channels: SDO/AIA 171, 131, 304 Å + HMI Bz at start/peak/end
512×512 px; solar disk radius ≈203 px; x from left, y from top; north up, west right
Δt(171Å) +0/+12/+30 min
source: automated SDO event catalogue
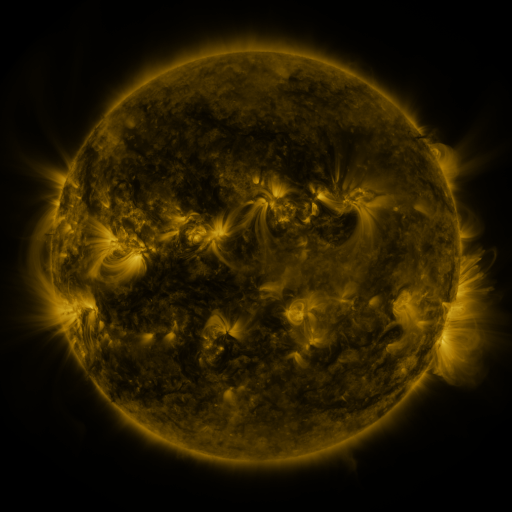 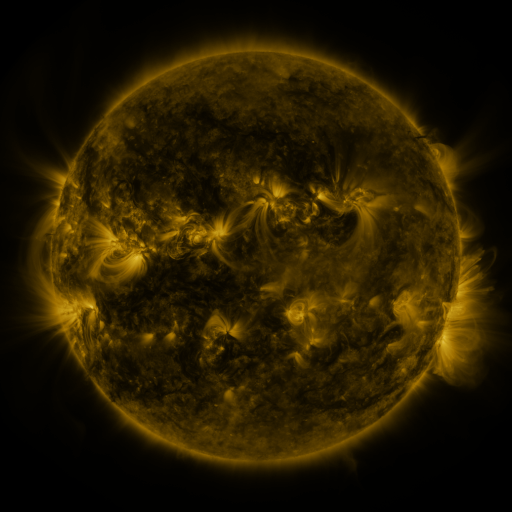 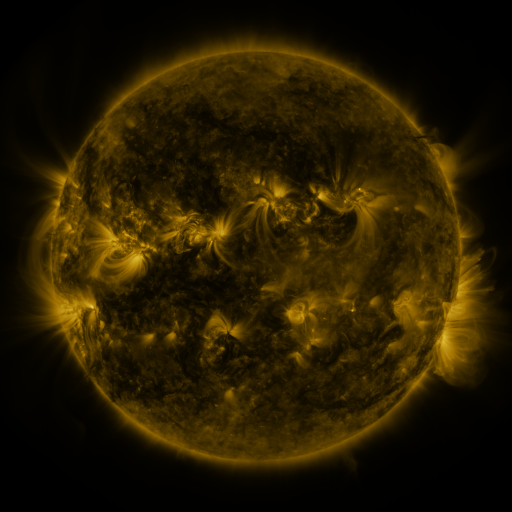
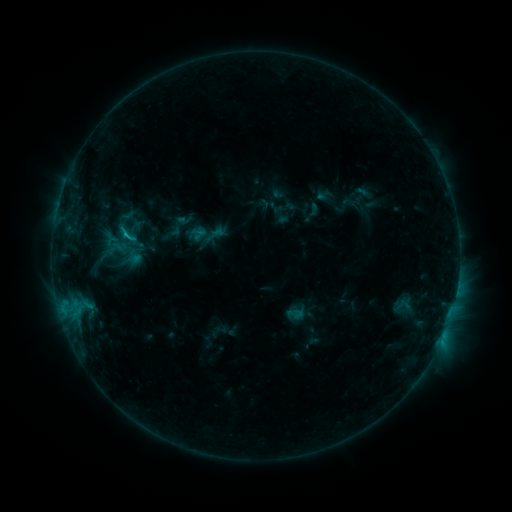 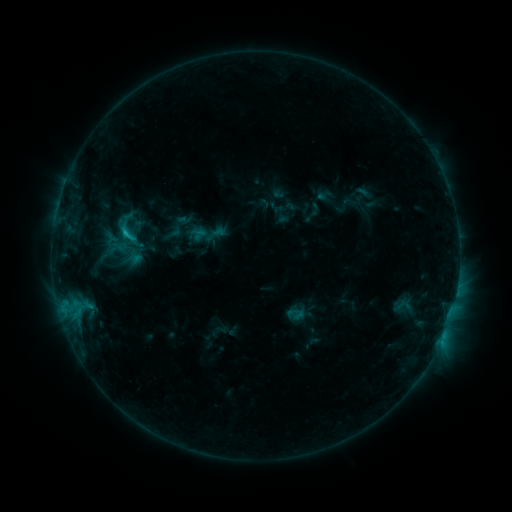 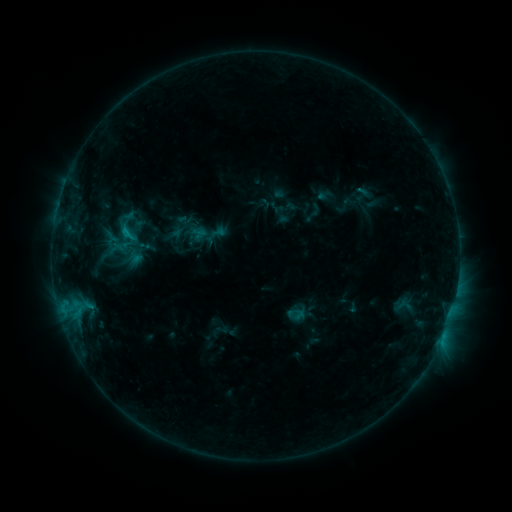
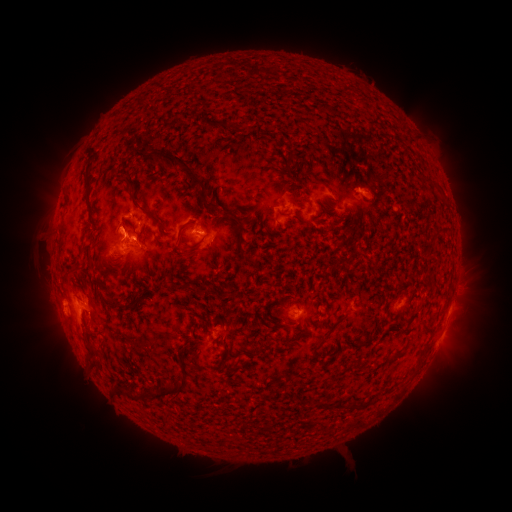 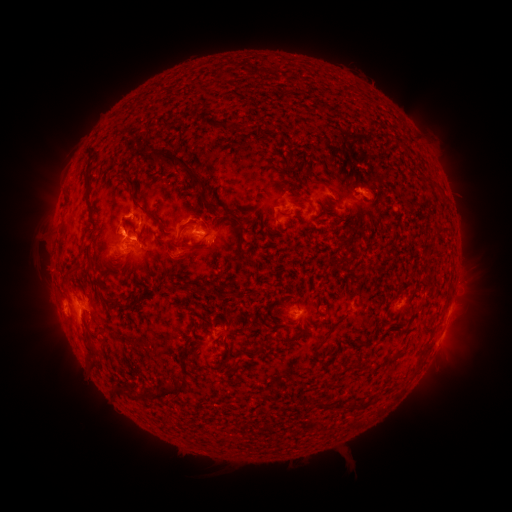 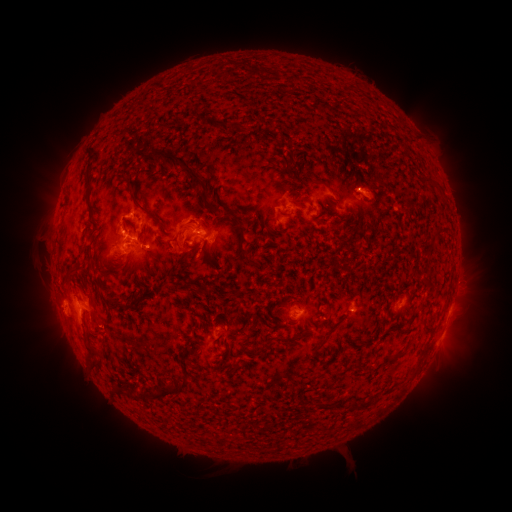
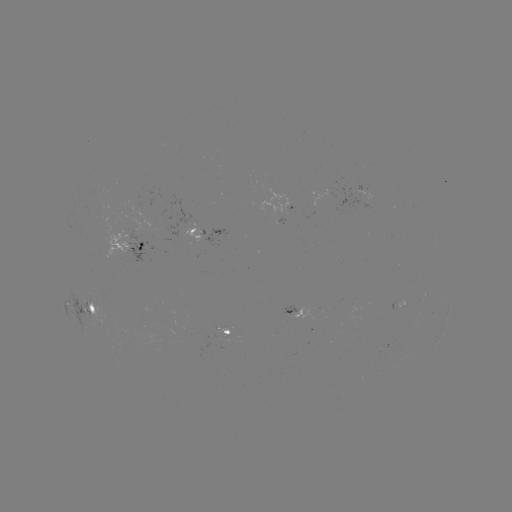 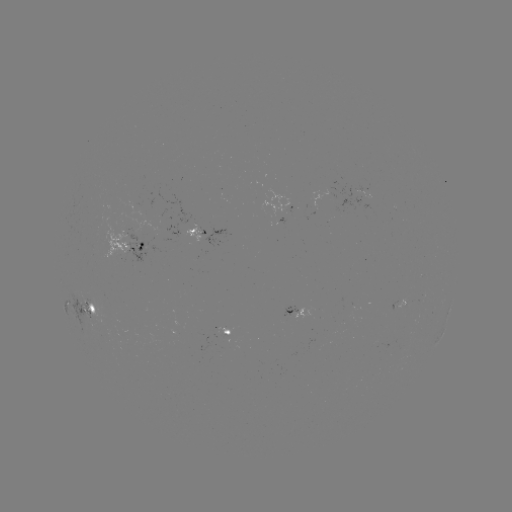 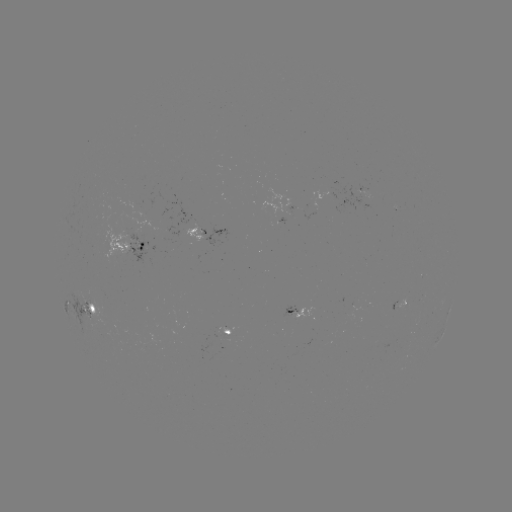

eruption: [151, 222, 218, 278]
